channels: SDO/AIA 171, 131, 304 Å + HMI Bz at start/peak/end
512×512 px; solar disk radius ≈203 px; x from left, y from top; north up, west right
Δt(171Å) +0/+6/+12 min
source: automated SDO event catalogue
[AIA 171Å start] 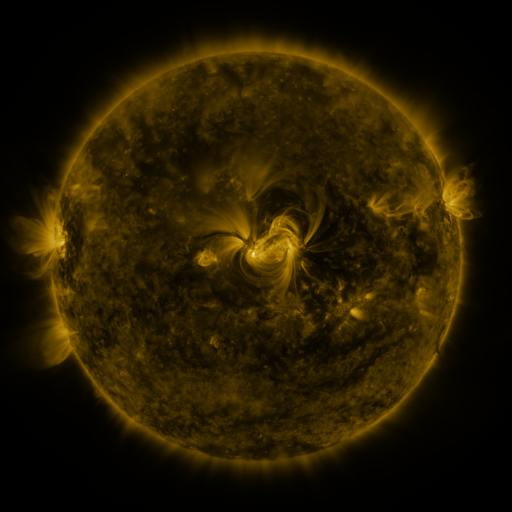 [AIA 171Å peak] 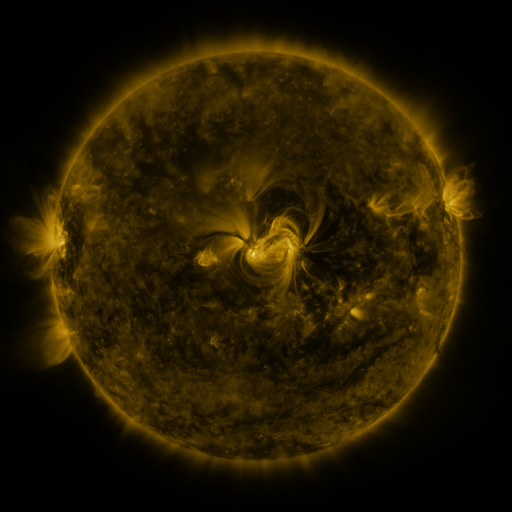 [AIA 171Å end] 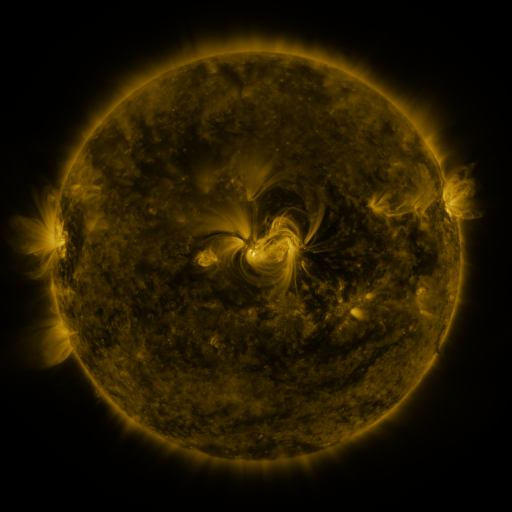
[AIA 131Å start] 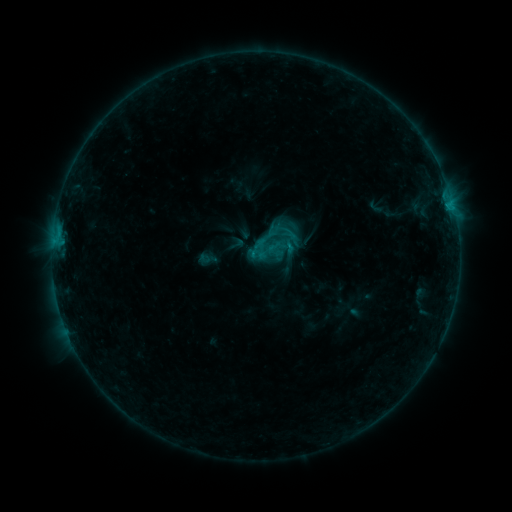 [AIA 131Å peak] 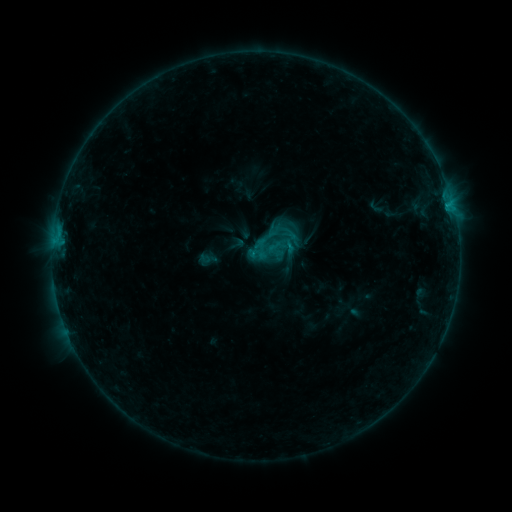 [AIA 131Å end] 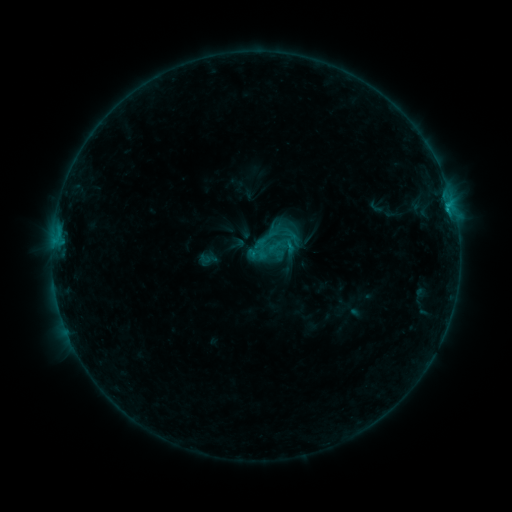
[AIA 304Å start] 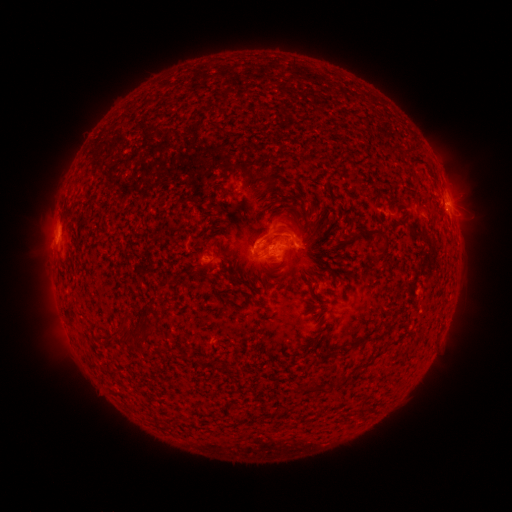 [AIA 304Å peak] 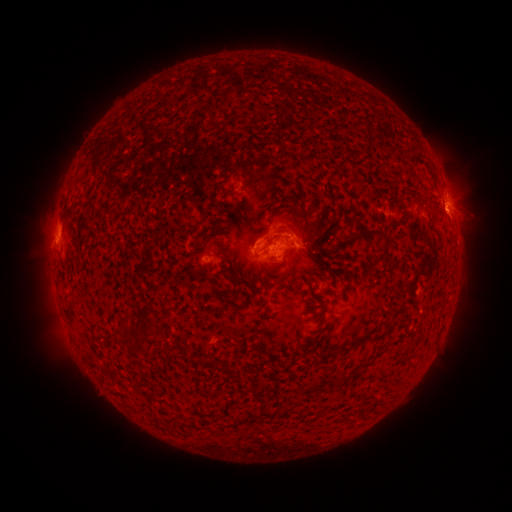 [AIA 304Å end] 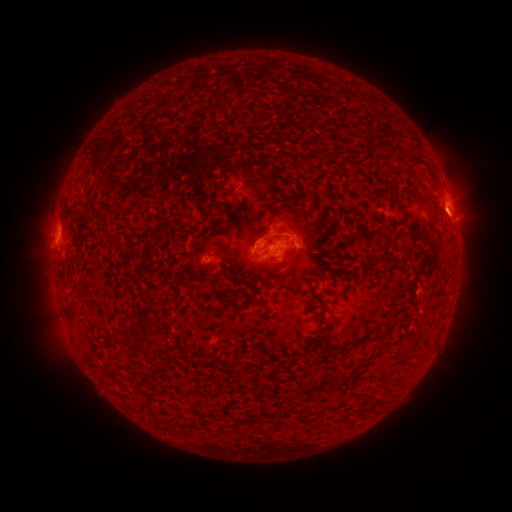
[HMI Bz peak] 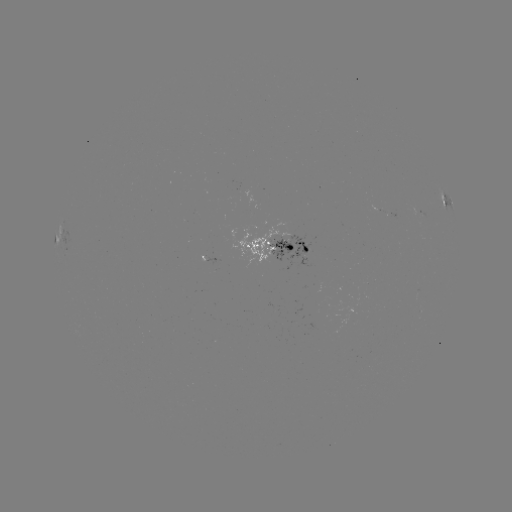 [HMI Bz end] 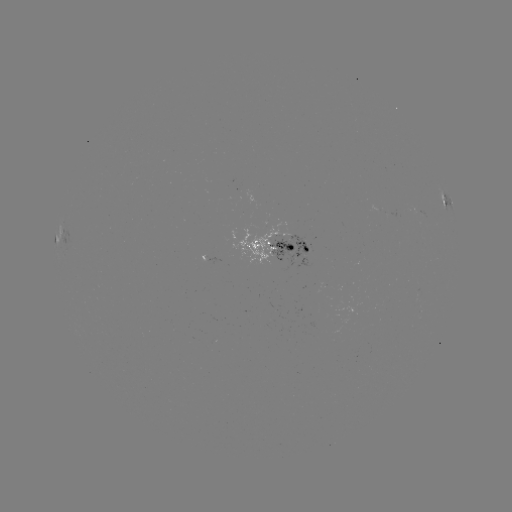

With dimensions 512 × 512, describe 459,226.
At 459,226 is eruption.